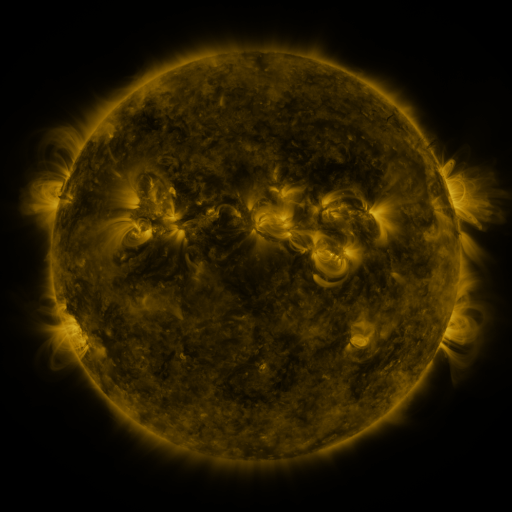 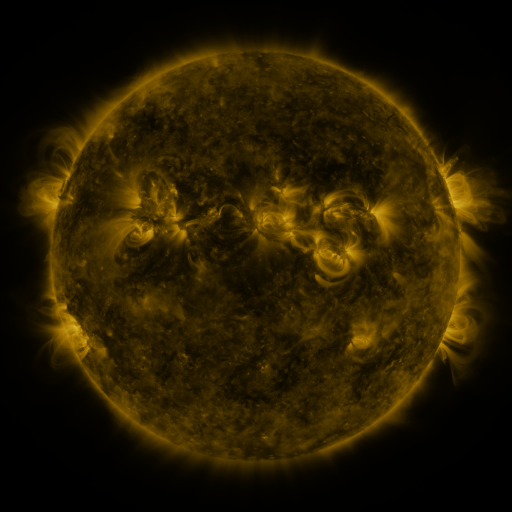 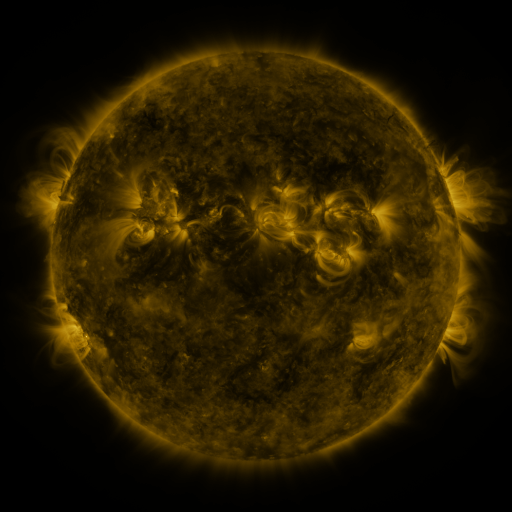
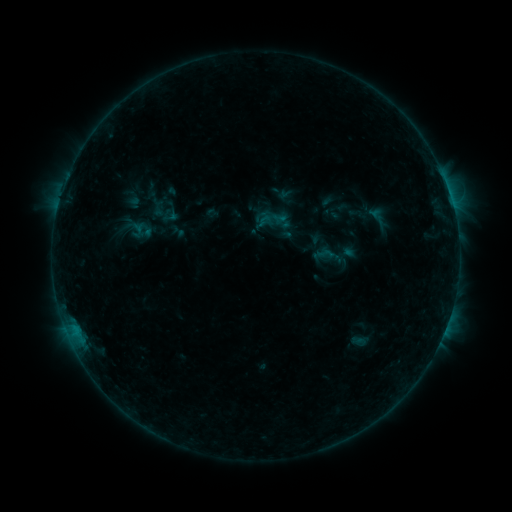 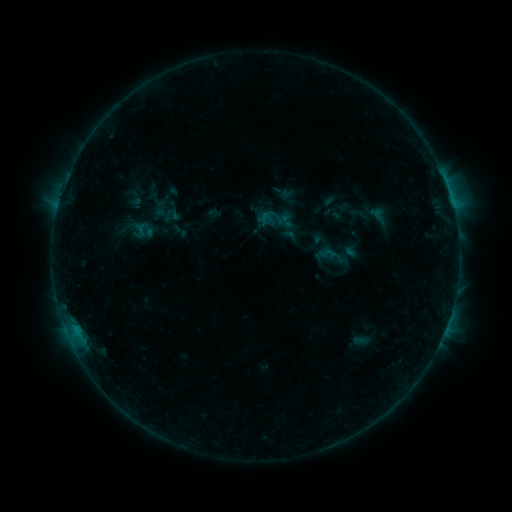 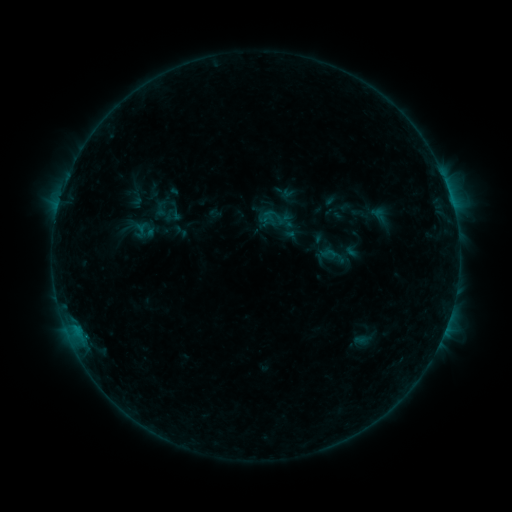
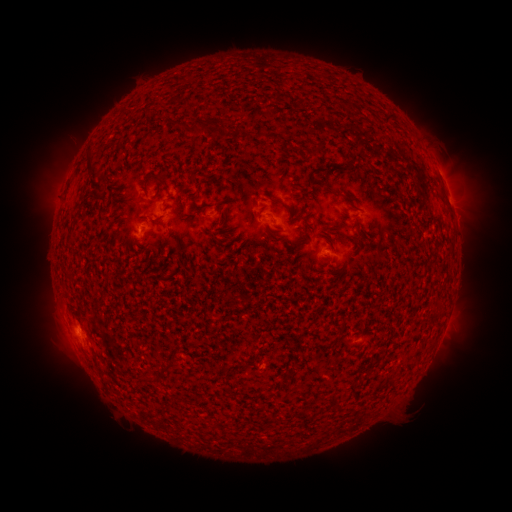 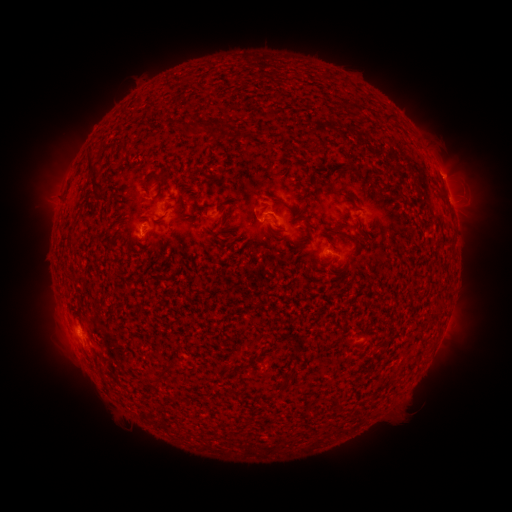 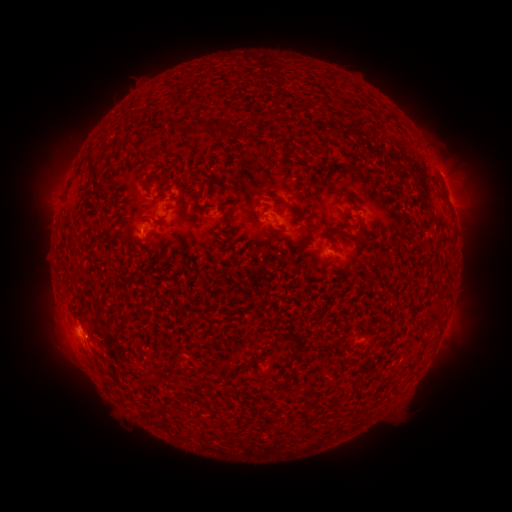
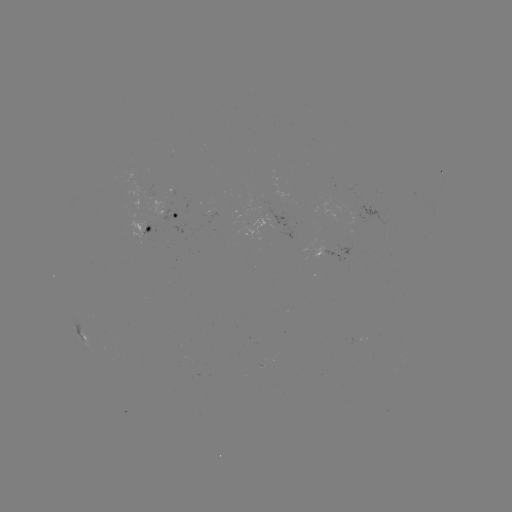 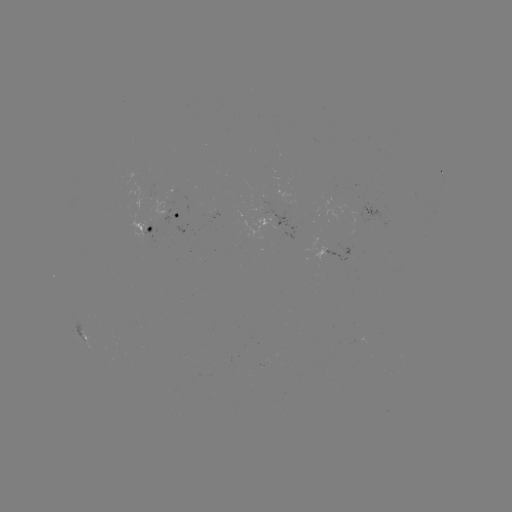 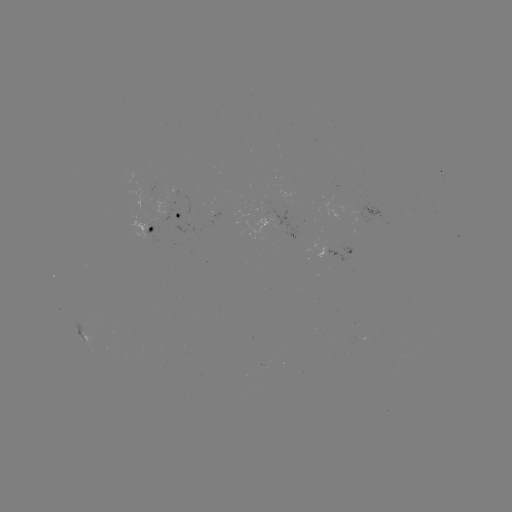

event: emerging-flux region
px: (152, 196)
